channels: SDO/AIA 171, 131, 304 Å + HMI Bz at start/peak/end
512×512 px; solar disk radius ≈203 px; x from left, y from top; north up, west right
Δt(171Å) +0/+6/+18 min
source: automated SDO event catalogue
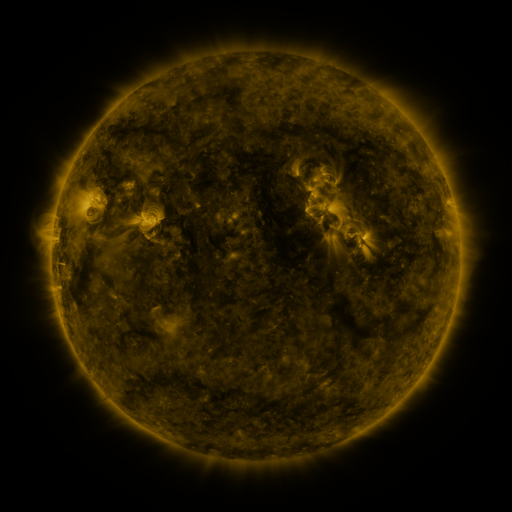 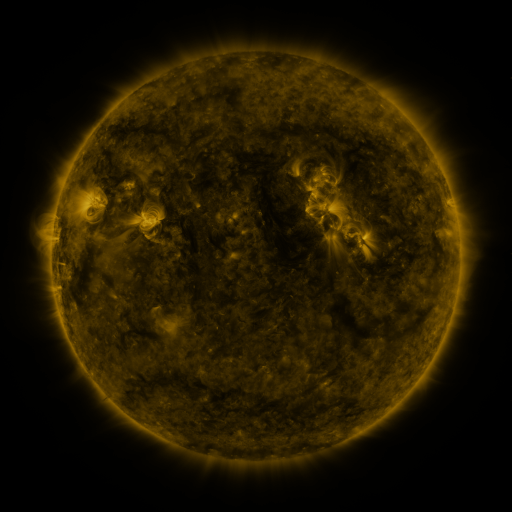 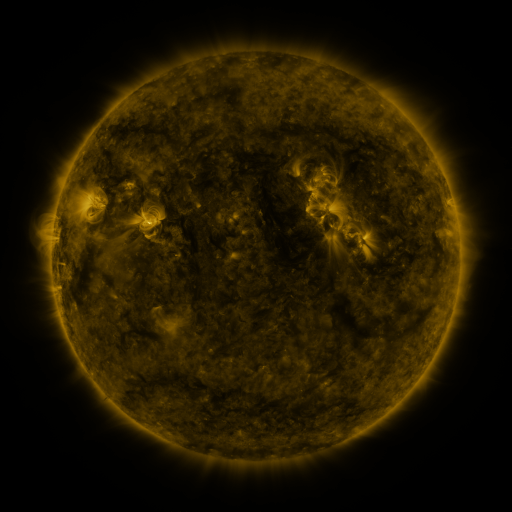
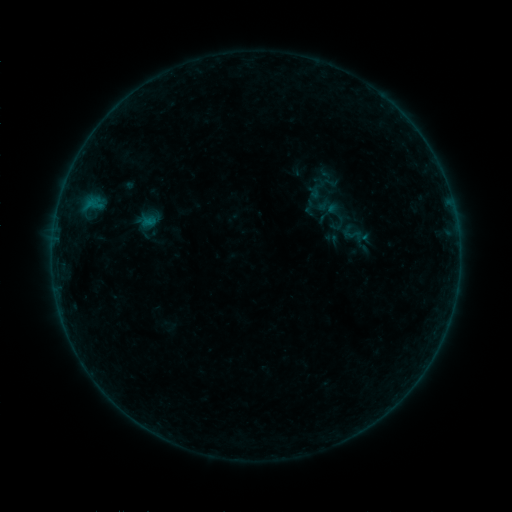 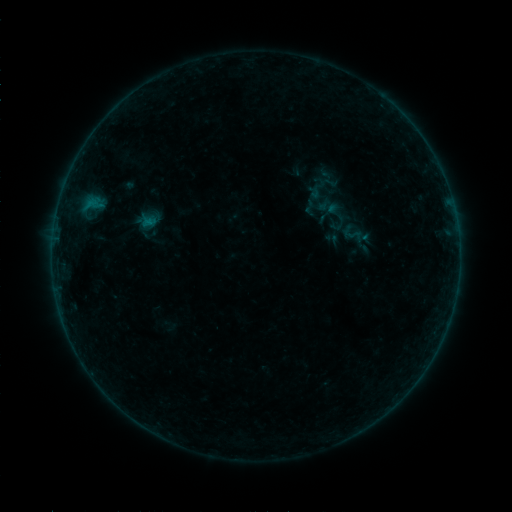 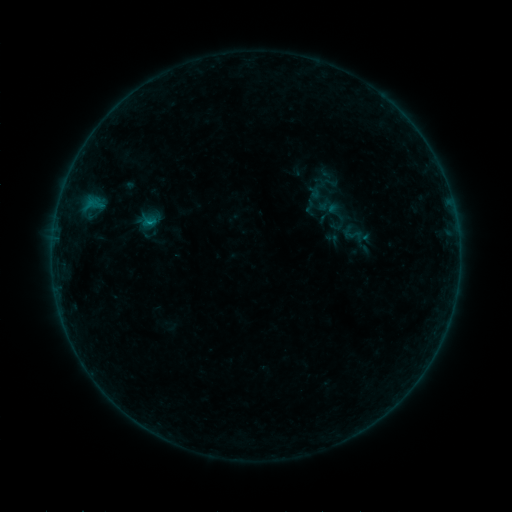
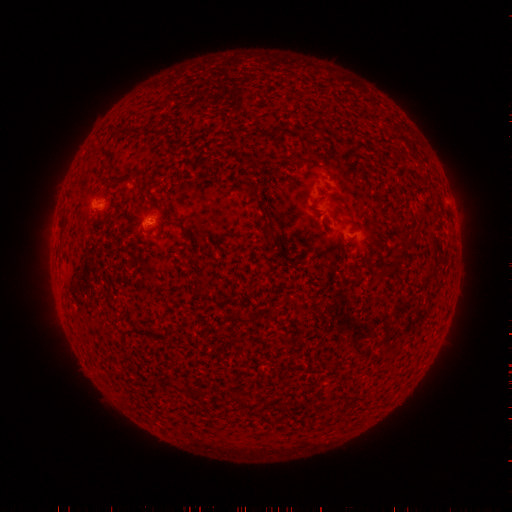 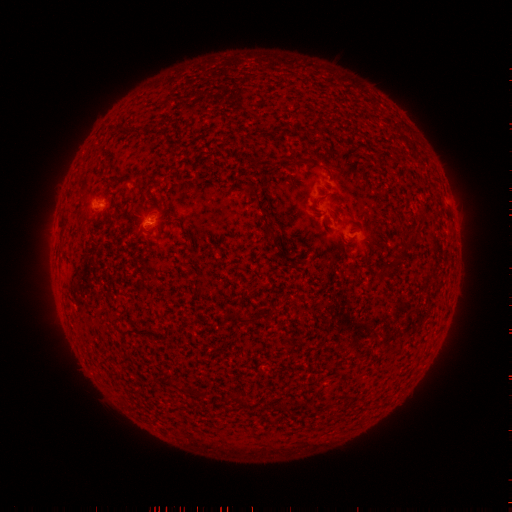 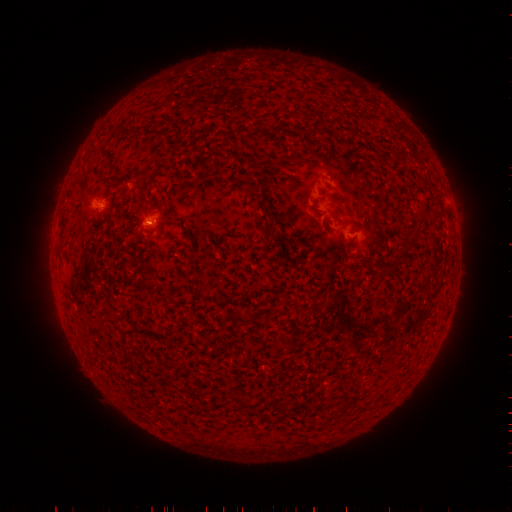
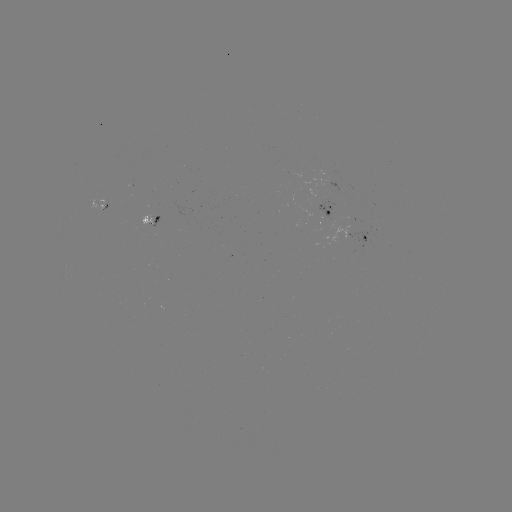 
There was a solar flare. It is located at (151, 226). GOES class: B2.6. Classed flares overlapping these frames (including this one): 1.